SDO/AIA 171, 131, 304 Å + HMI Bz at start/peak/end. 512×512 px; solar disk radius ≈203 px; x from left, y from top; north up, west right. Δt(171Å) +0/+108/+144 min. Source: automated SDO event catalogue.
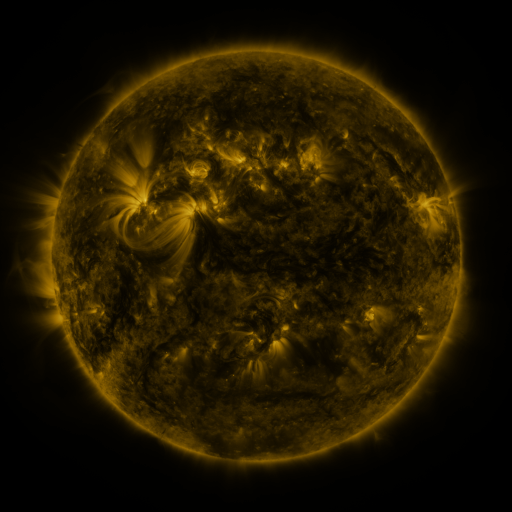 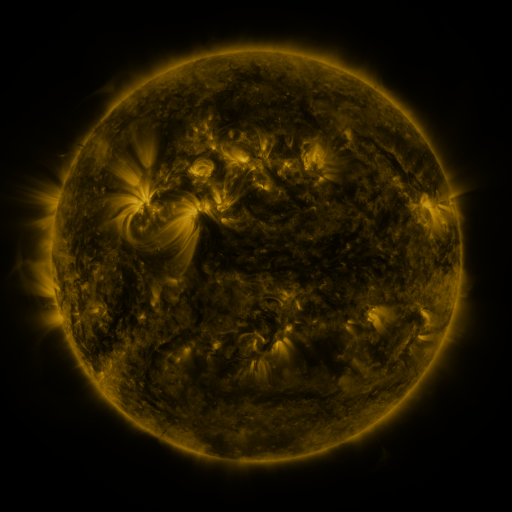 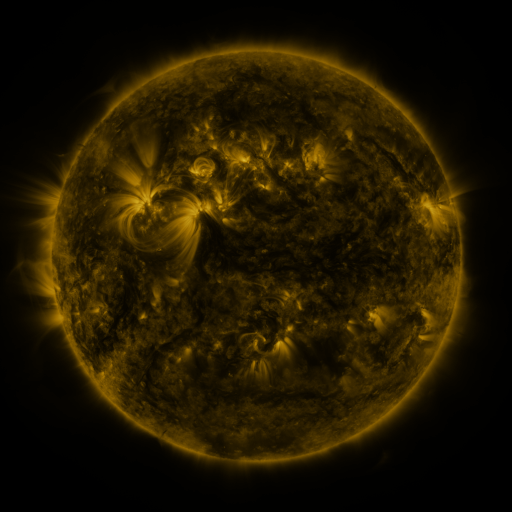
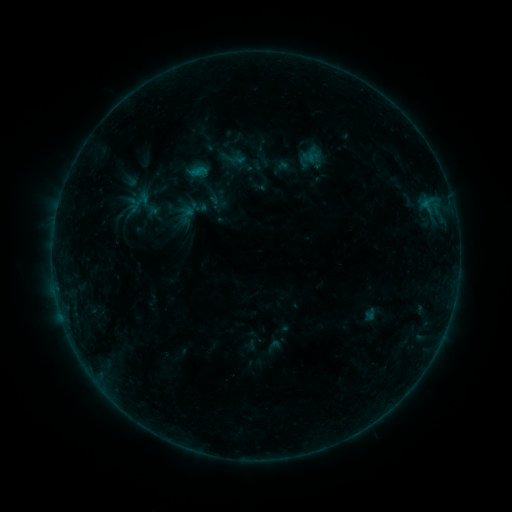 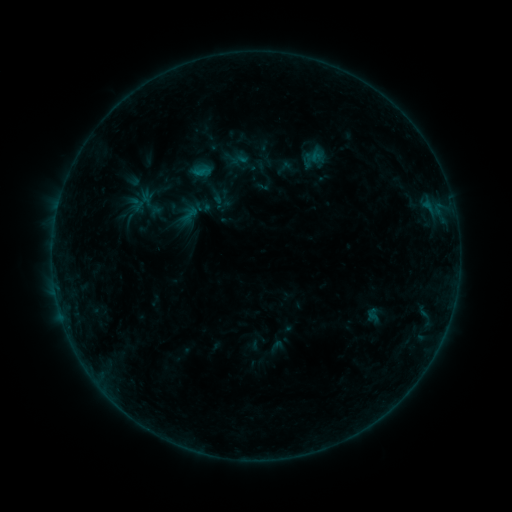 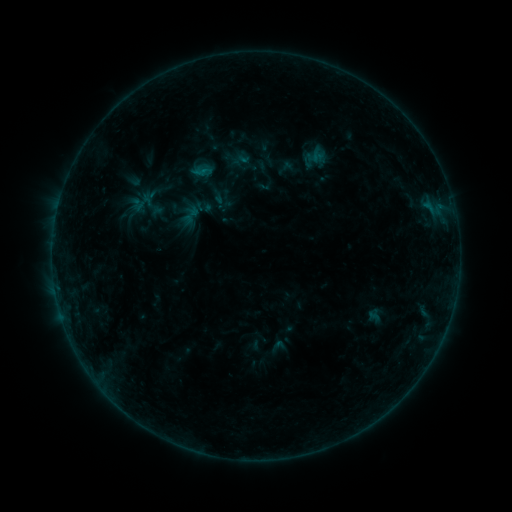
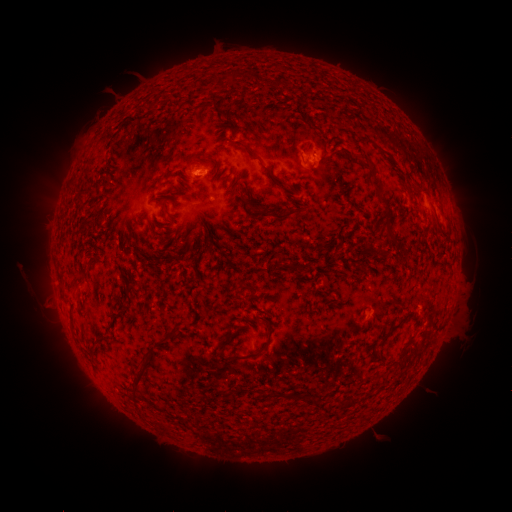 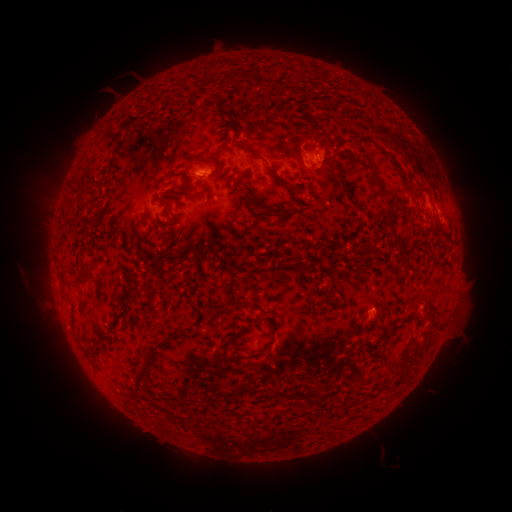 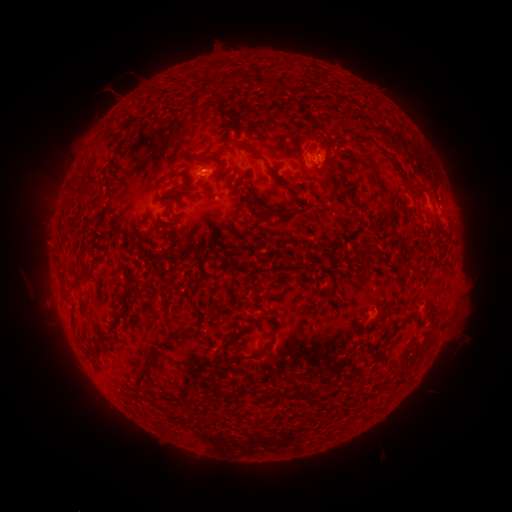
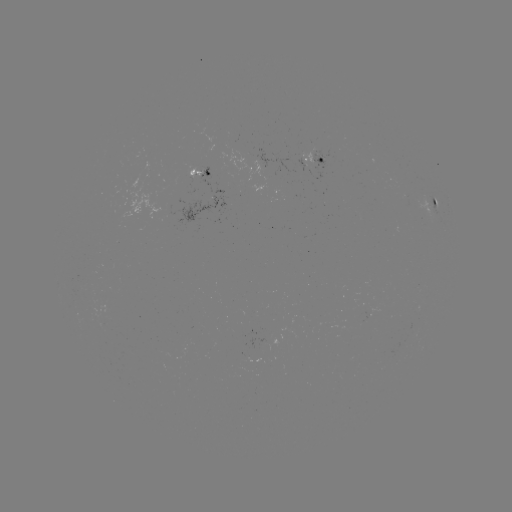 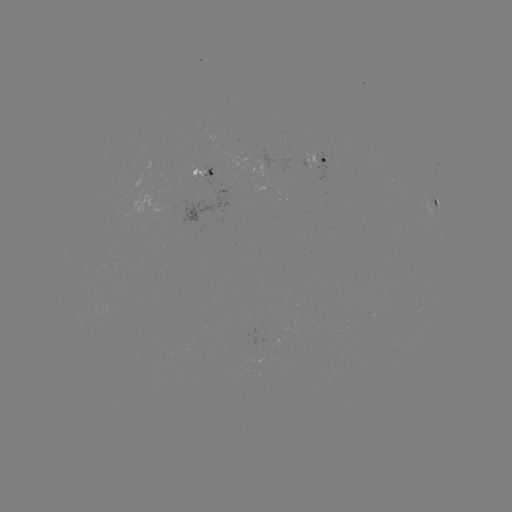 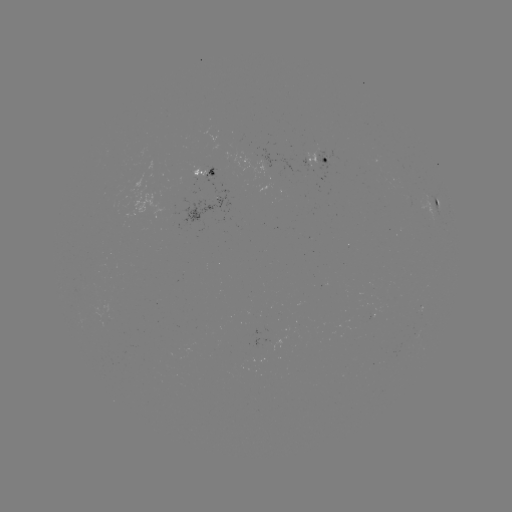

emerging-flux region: <bbox>302, 152, 323, 172</bbox>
